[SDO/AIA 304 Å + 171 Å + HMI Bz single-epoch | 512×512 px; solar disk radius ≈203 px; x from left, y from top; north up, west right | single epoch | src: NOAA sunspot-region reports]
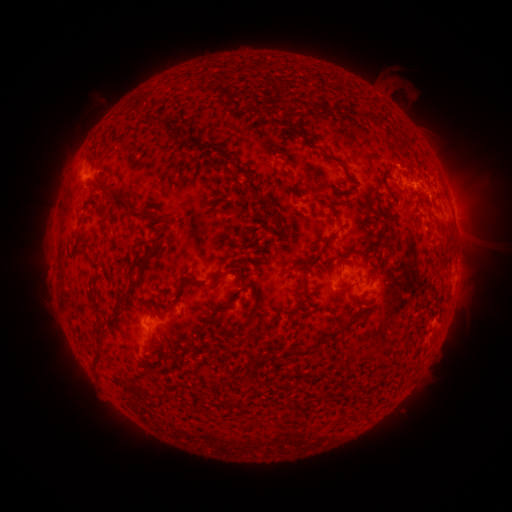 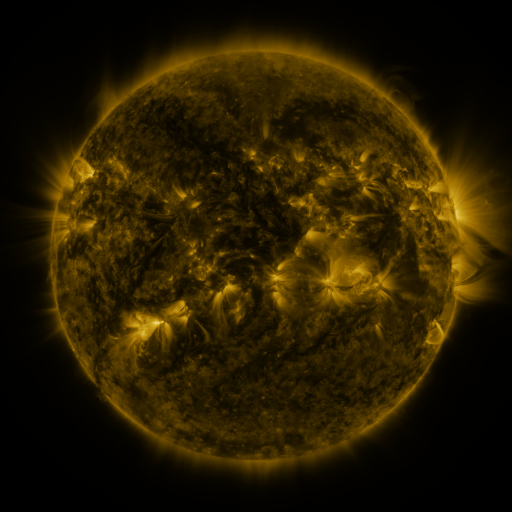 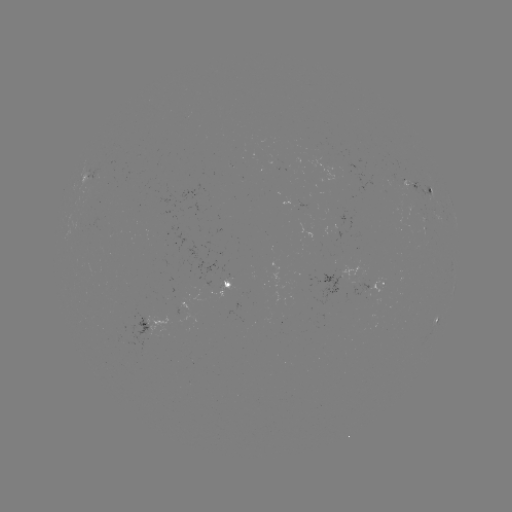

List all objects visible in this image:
spotted active region: (430, 193)
spotted active region: (454, 218)
spotted active region: (382, 281)
spotted active region: (231, 283)
spotted active region: (179, 305)
spotted active region: (148, 319)
spotted active region: (437, 319)
